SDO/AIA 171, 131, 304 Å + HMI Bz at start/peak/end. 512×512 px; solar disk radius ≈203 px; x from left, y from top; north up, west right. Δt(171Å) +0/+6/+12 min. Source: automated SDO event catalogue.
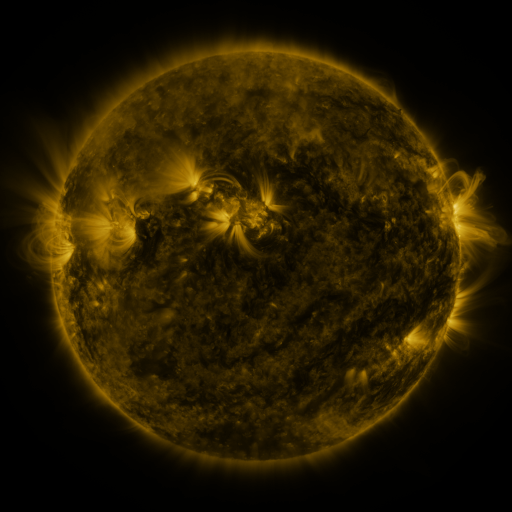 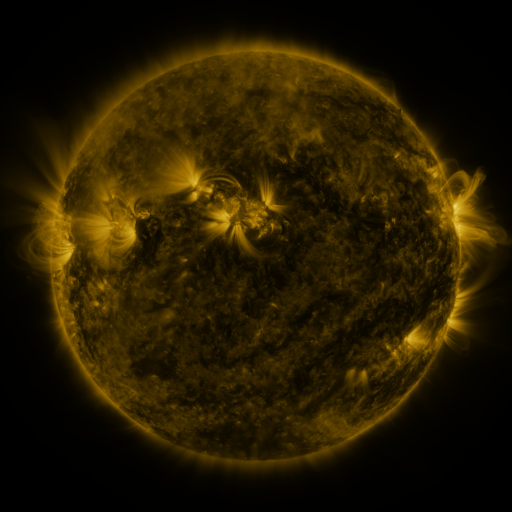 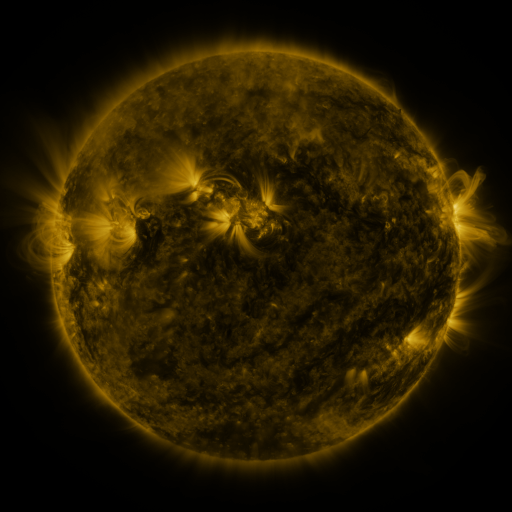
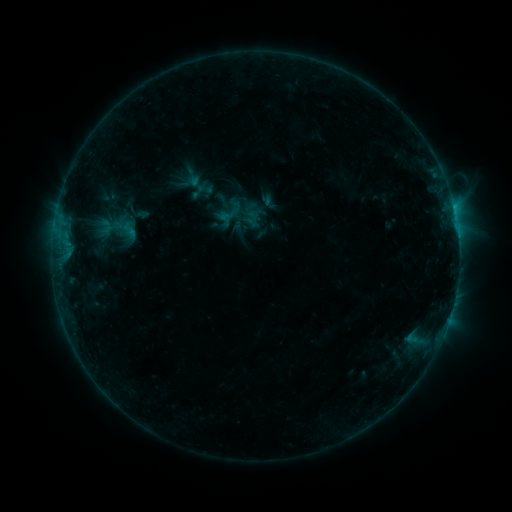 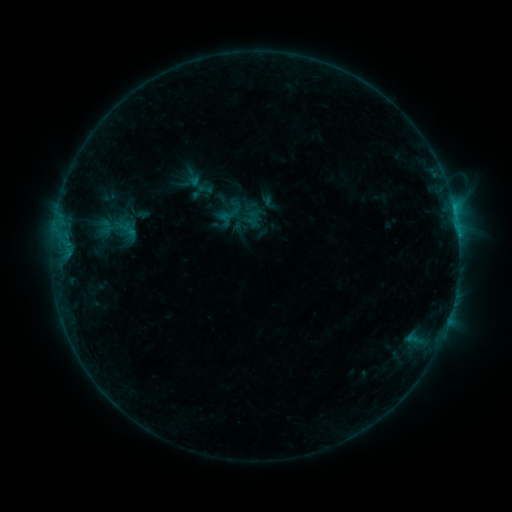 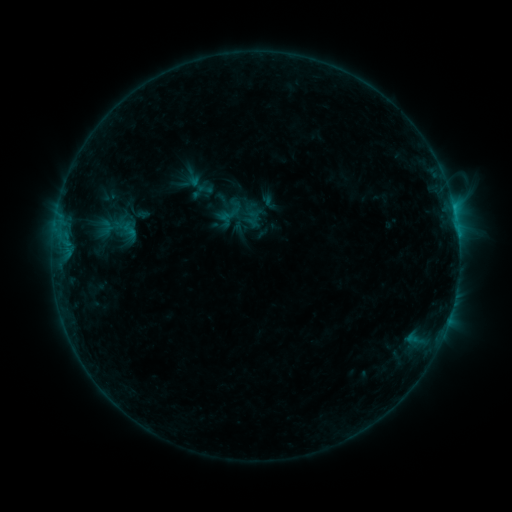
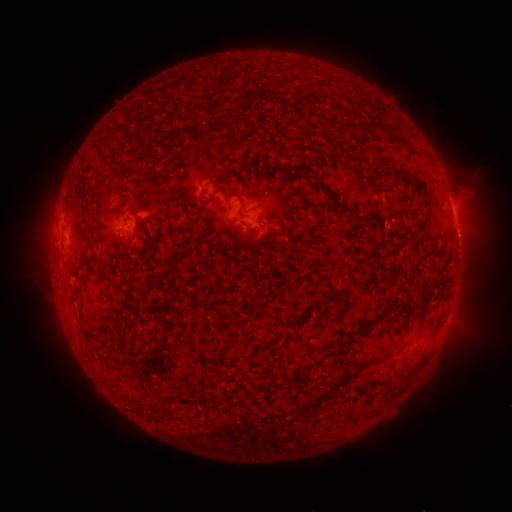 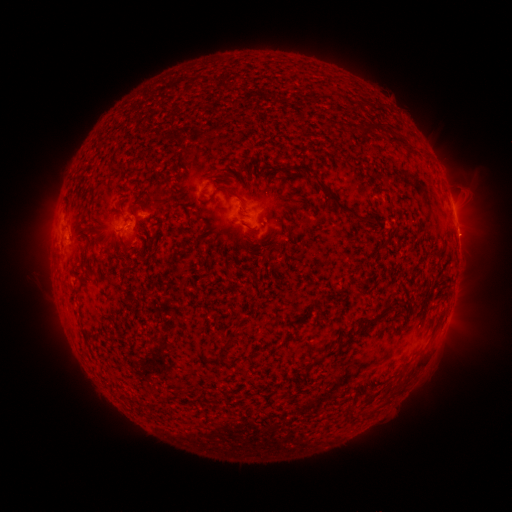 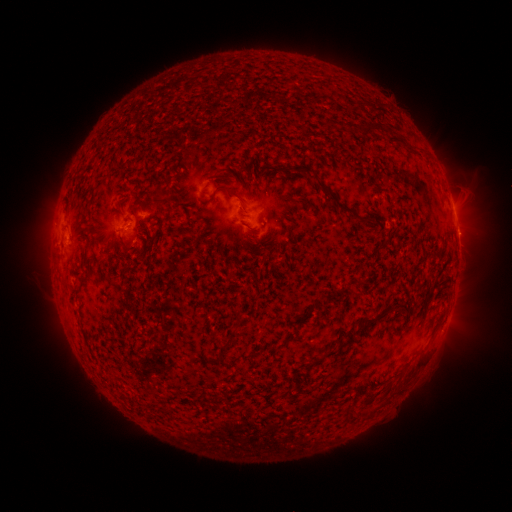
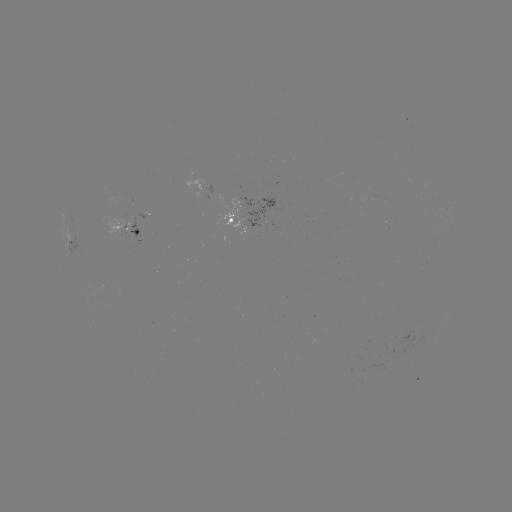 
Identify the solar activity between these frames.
eruption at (464, 236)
